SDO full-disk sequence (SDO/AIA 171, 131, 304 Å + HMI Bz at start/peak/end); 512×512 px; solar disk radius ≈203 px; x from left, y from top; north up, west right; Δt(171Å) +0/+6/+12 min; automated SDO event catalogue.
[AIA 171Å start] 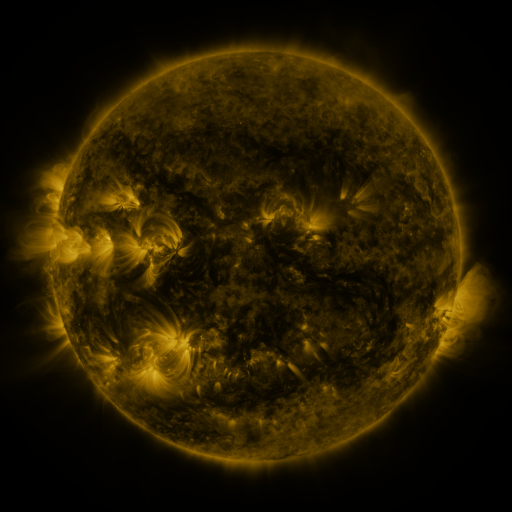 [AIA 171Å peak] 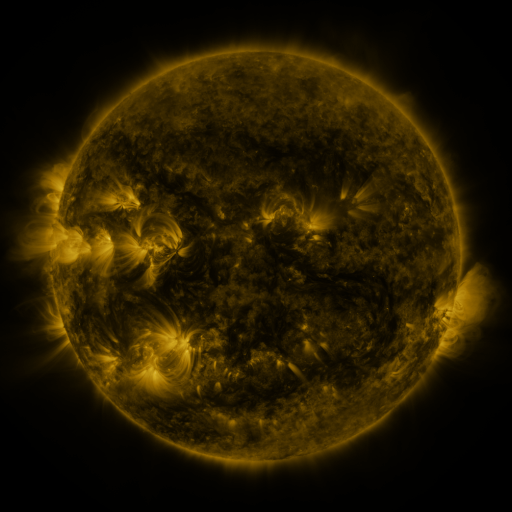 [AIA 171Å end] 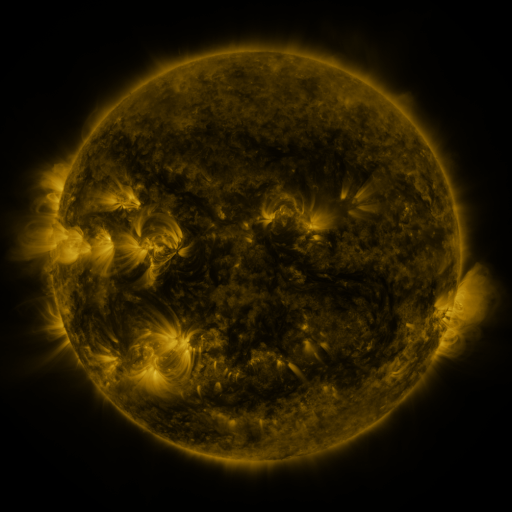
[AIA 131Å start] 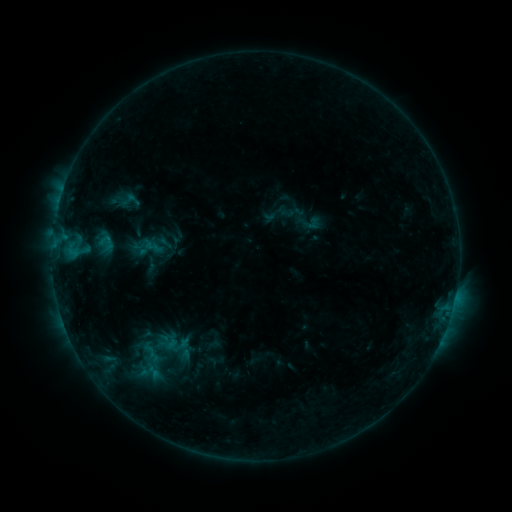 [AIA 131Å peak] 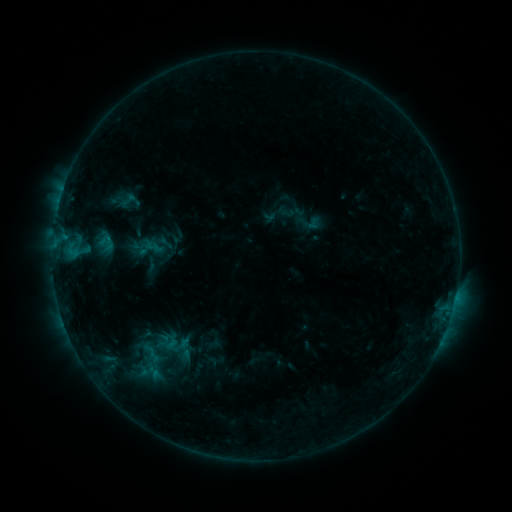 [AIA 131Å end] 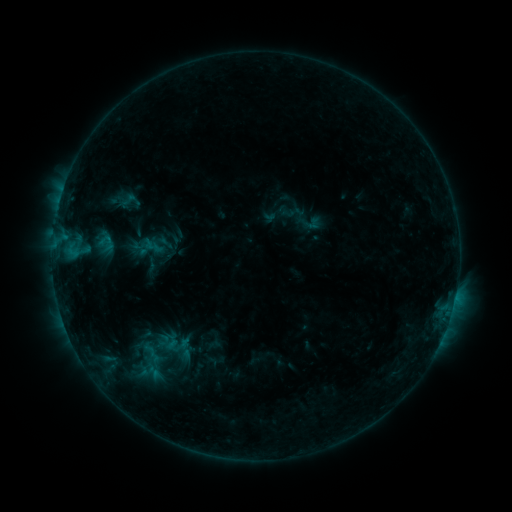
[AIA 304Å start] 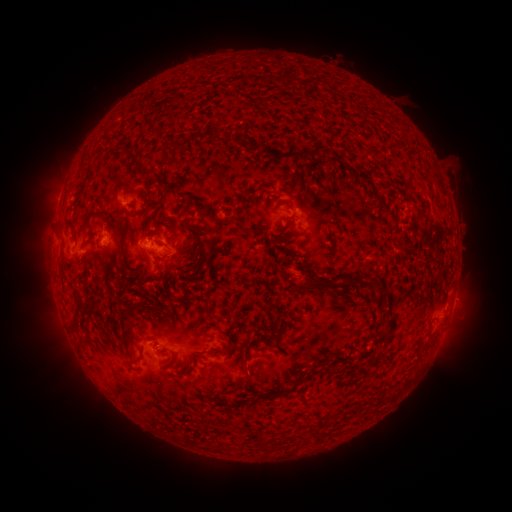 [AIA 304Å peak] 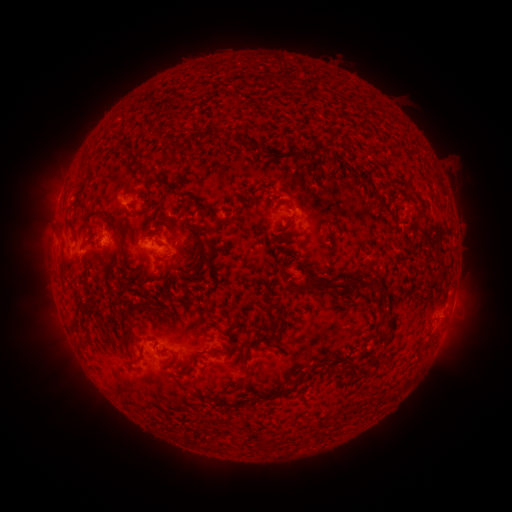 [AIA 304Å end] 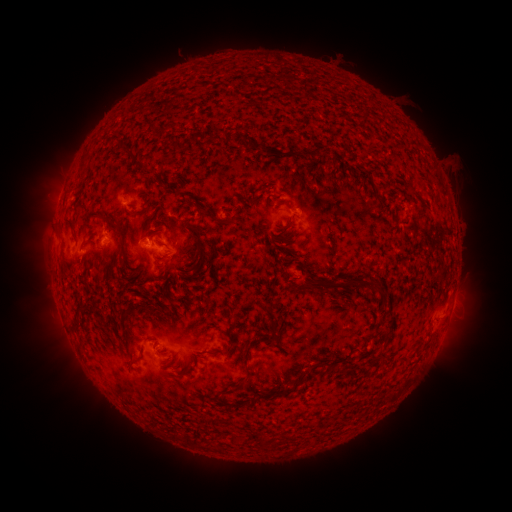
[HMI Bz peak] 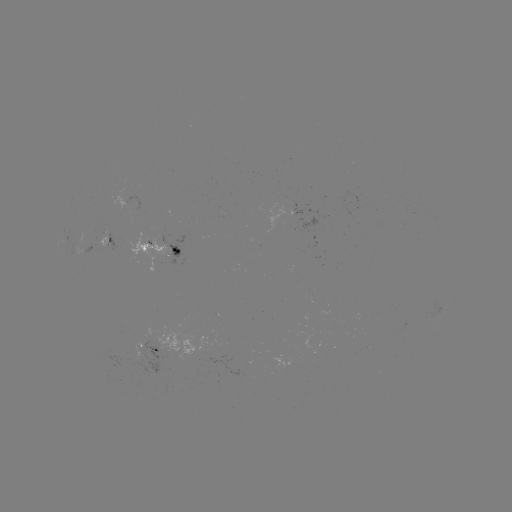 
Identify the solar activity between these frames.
nothing was catalogued: no classed flare, no EUV trigger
